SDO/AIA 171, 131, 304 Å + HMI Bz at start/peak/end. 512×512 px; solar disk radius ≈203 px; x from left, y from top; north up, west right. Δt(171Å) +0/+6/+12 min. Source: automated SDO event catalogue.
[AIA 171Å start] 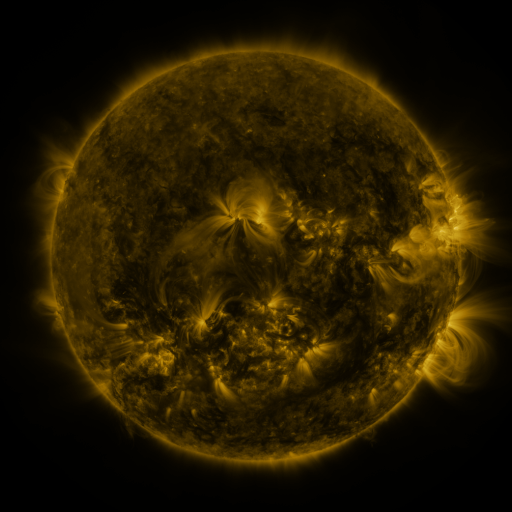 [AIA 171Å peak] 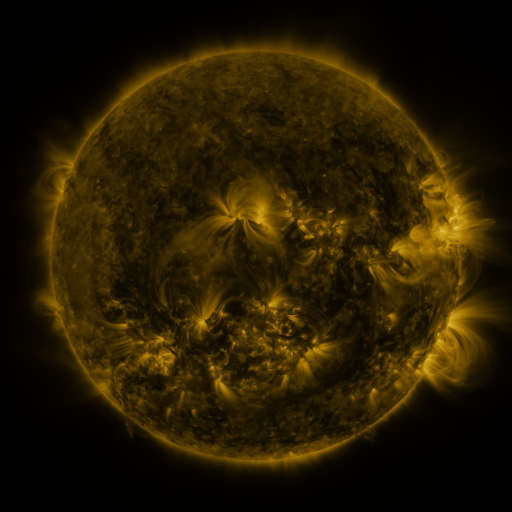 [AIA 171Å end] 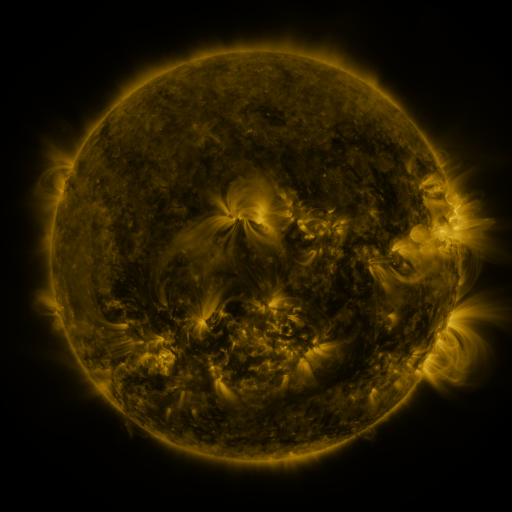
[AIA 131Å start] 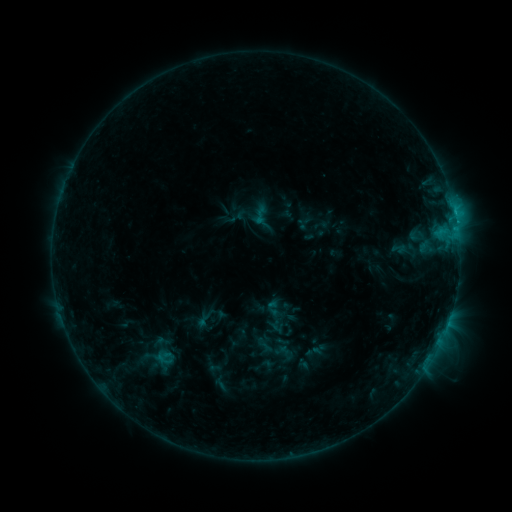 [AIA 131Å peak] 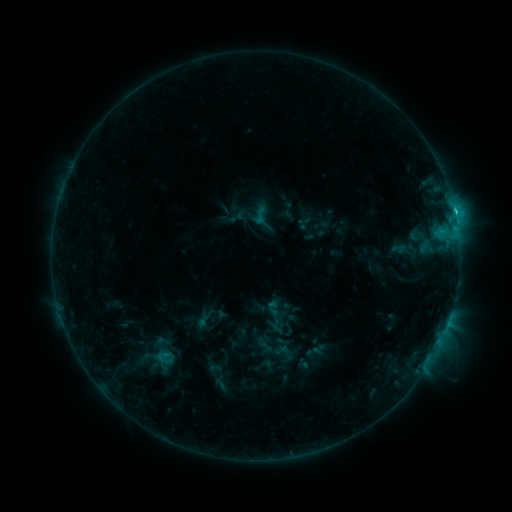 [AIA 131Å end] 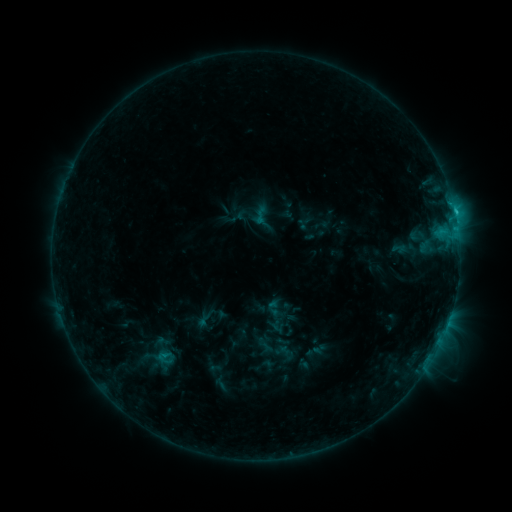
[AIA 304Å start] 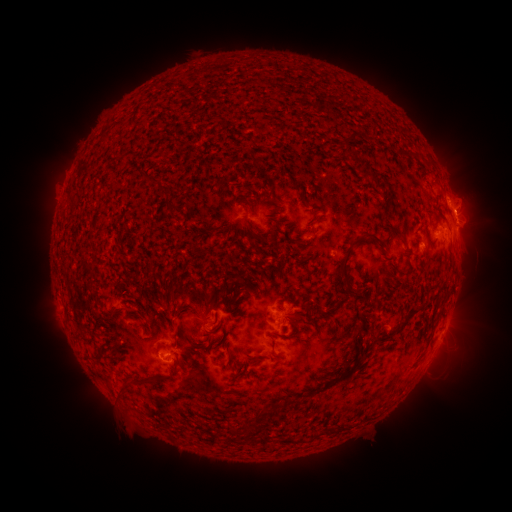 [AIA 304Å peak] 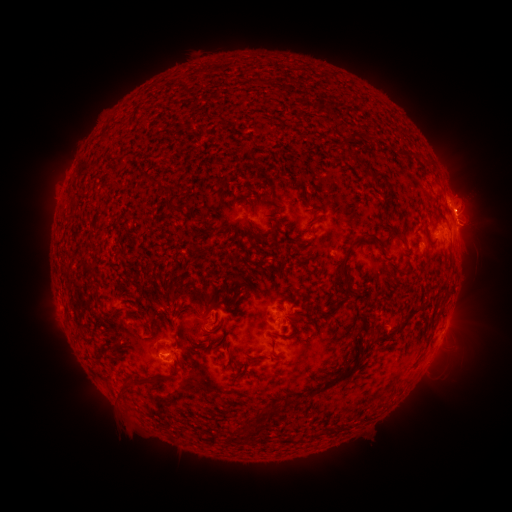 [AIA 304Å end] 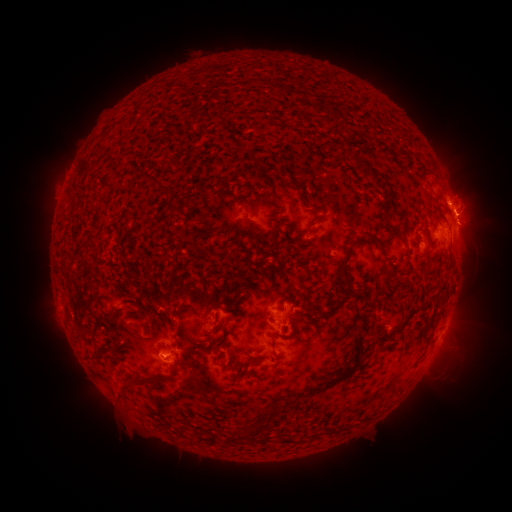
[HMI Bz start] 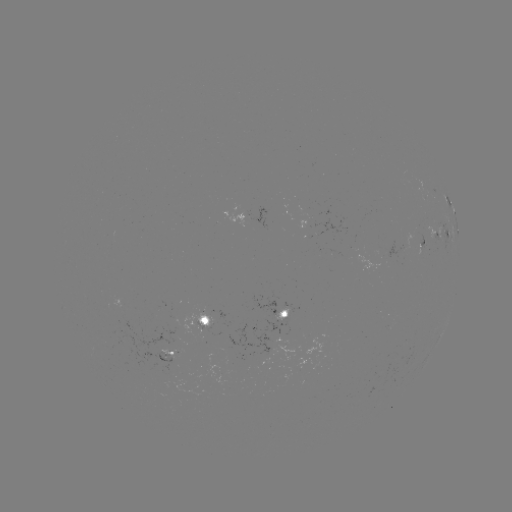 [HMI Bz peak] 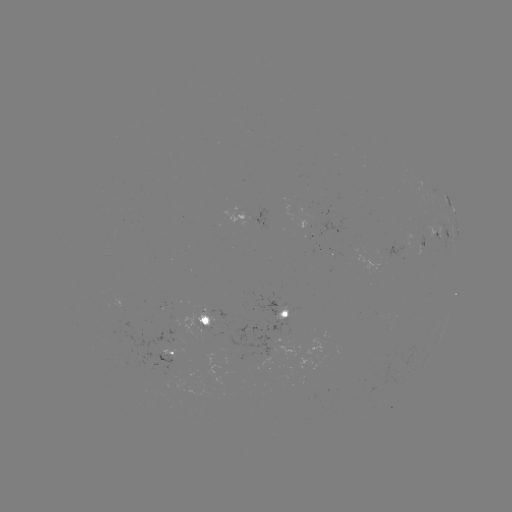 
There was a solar eruption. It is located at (468, 203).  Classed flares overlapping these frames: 2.